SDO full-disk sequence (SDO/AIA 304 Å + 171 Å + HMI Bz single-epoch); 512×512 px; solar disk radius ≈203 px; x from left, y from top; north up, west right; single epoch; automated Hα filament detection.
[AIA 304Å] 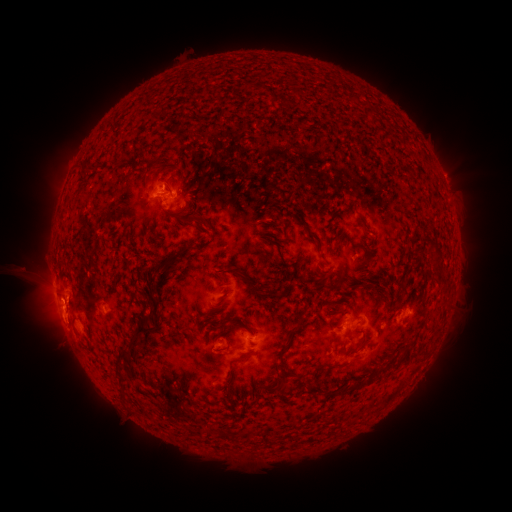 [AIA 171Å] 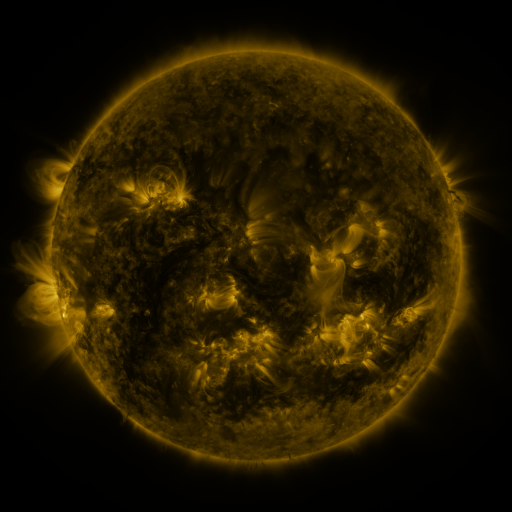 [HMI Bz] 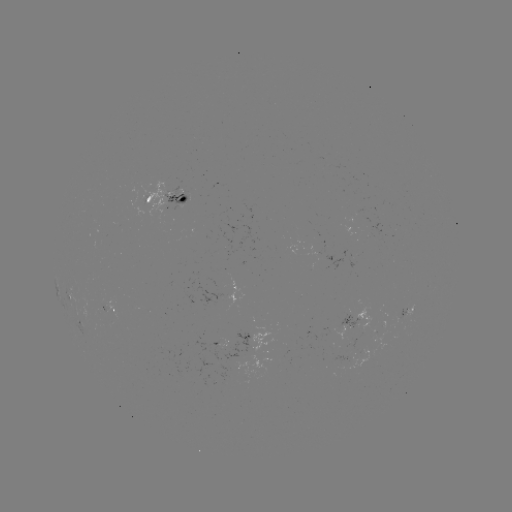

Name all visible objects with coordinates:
filament: <bbox>240, 81, 252, 93</bbox>
filament: <bbox>262, 88, 270, 96</bbox>
filament: <bbox>88, 167, 98, 175</bbox>
filament: <bbox>357, 213, 365, 222</bbox>
filament: <bbox>183, 215, 194, 227</bbox>
filament: <bbox>306, 230, 318, 242</bbox>
filament: <bbox>150, 262, 163, 274</bbox>
filament: <bbox>237, 272, 261, 294</bbox>
filament: <bbox>265, 283, 279, 296</bbox>
filament: <bbox>148, 289, 162, 304</bbox>
filament: <bbox>148, 308, 157, 322</bbox>
filament: <bbox>292, 316, 305, 324</bbox>
filament: <bbox>129, 324, 154, 355</bbox>
filament: <bbox>404, 344, 414, 361</bbox>
filament: <bbox>116, 348, 135, 374</bbox>
filament: <bbox>279, 360, 288, 376</bbox>
filament: <bbox>315, 361, 336, 371</bbox>
filament: <bbox>381, 363, 390, 372</bbox>
filament: <bbox>119, 375, 131, 389</bbox>
filament: <bbox>349, 381, 362, 391</bbox>
